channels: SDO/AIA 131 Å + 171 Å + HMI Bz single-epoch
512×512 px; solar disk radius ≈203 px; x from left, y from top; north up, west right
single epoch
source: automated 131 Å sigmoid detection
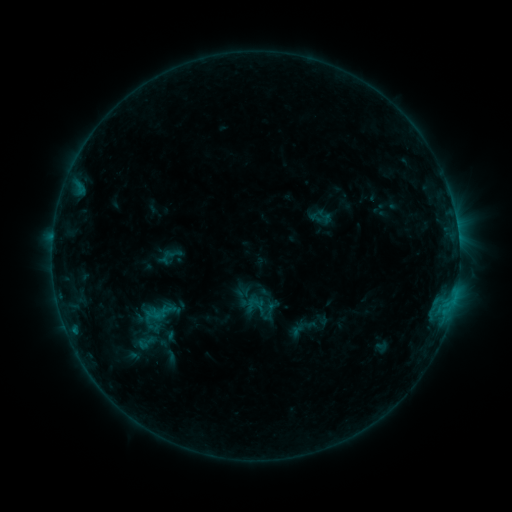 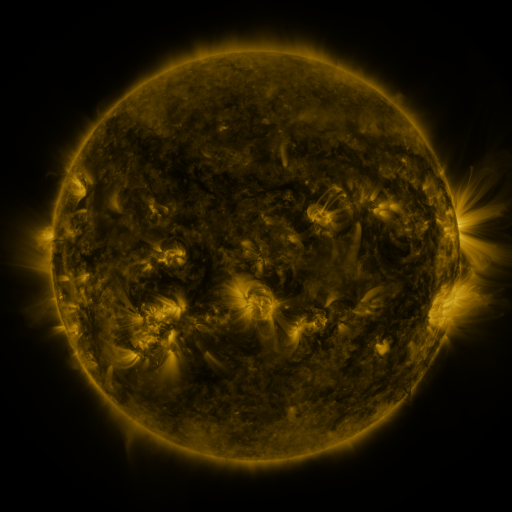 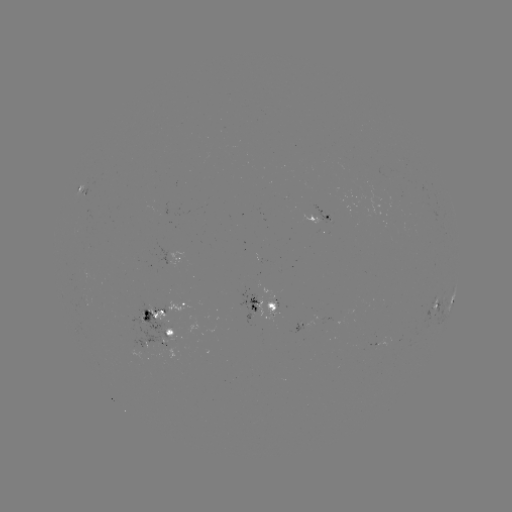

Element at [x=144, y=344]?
sigmoid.